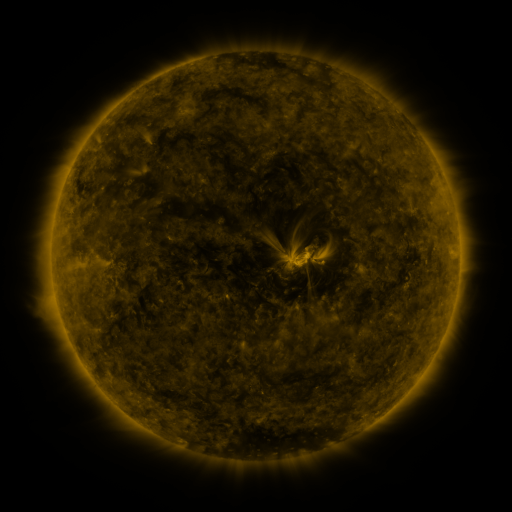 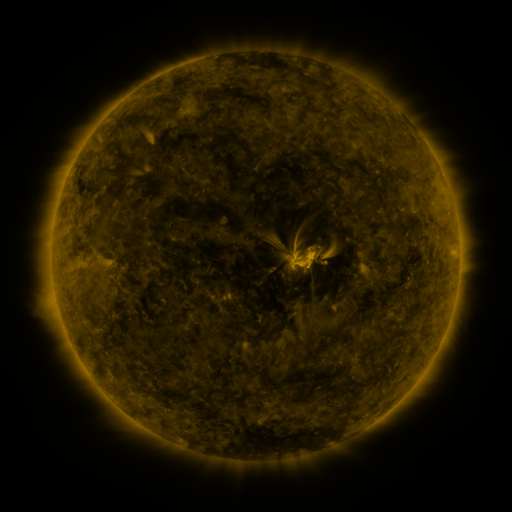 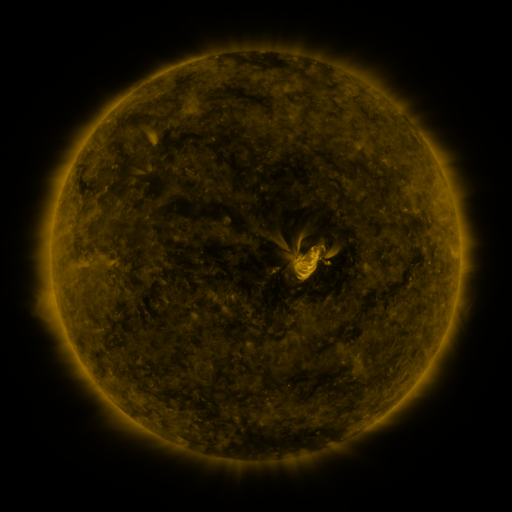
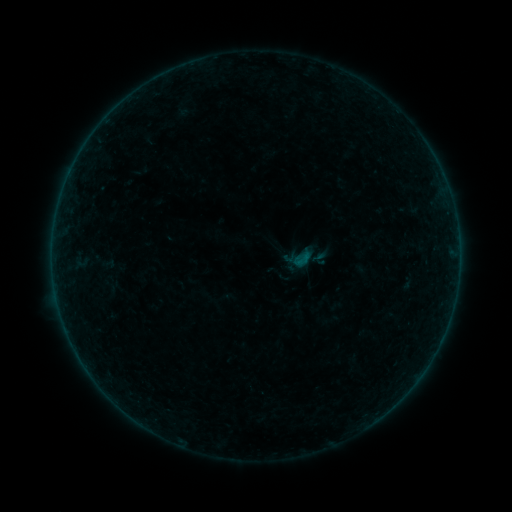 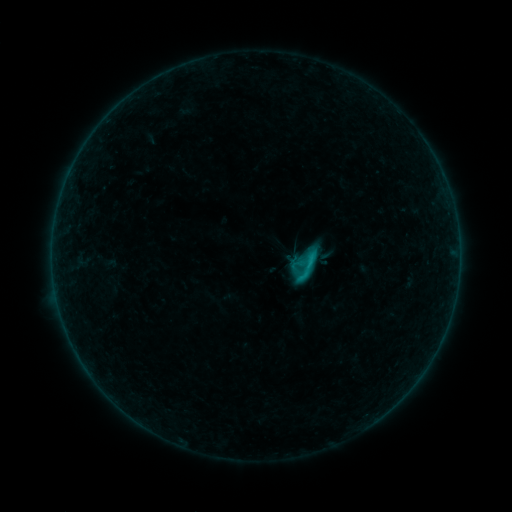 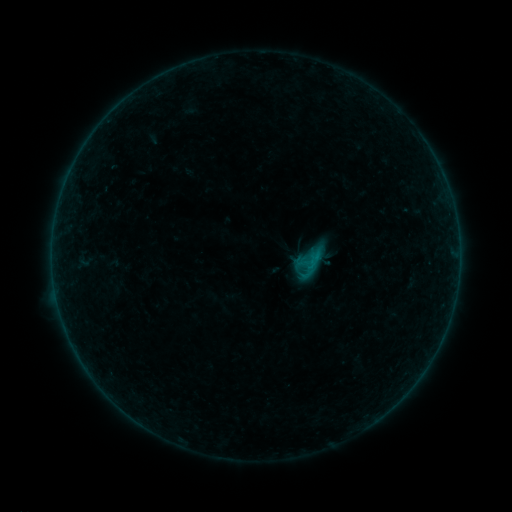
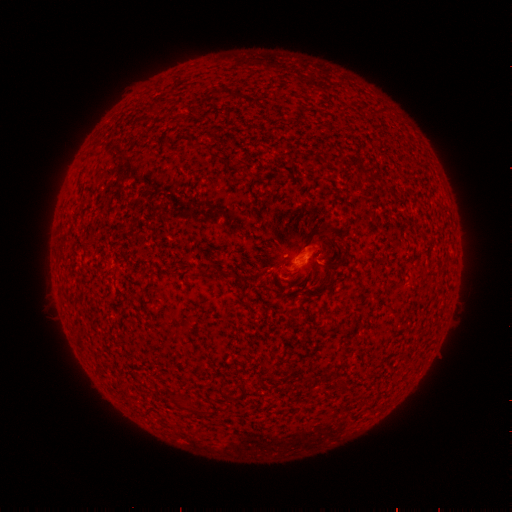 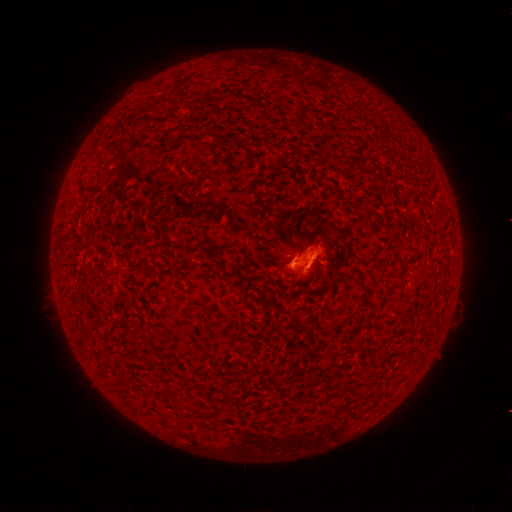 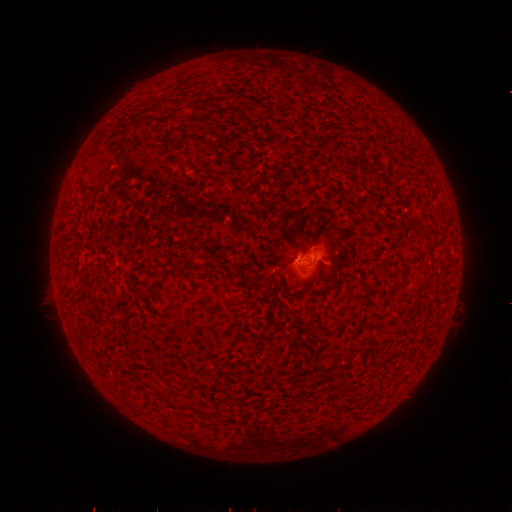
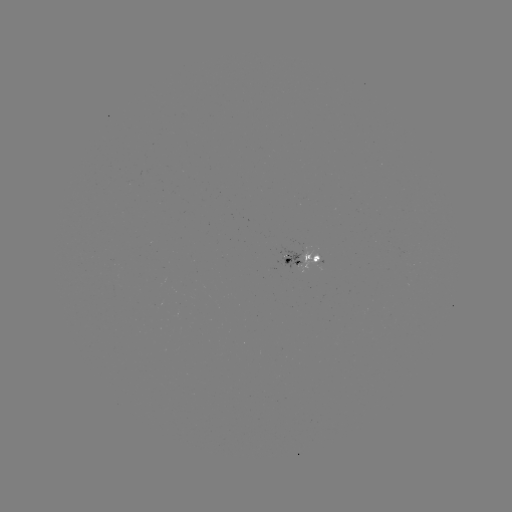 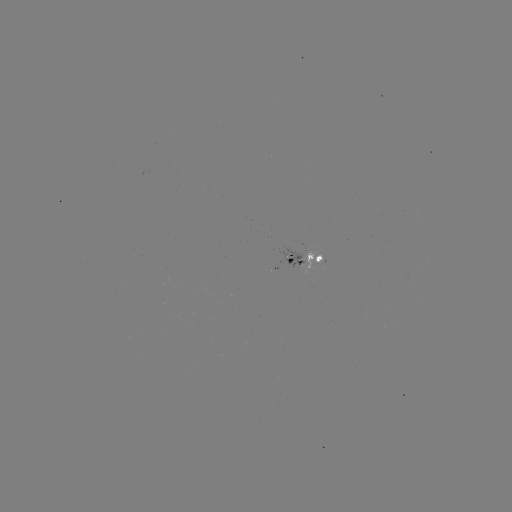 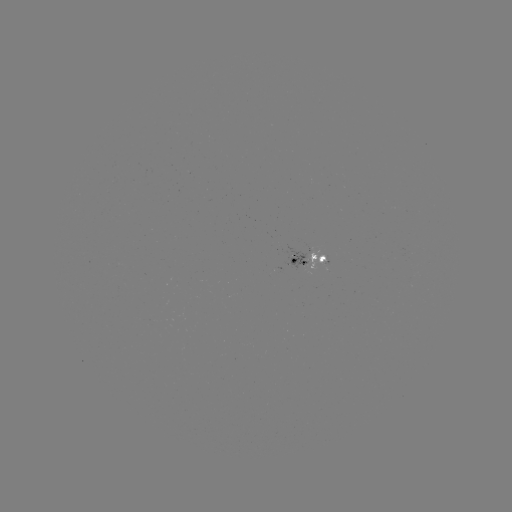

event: flare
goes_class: C1.5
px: (304, 264)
